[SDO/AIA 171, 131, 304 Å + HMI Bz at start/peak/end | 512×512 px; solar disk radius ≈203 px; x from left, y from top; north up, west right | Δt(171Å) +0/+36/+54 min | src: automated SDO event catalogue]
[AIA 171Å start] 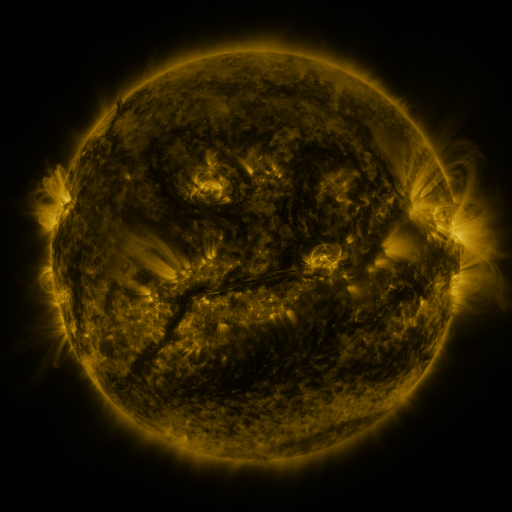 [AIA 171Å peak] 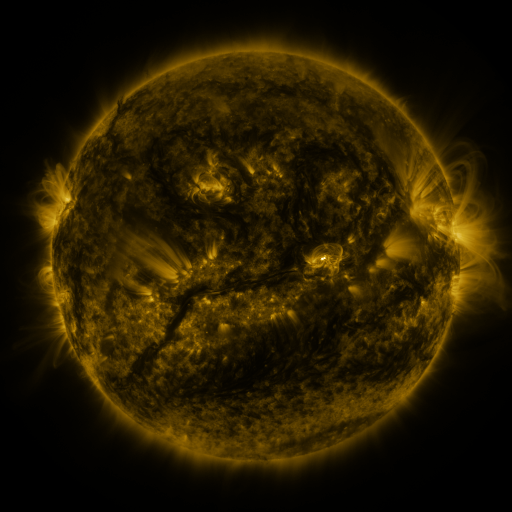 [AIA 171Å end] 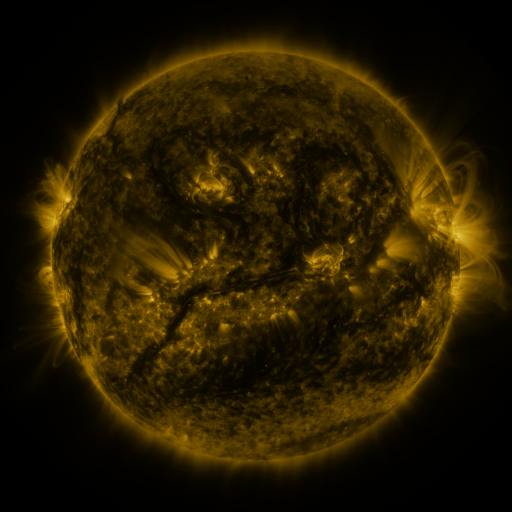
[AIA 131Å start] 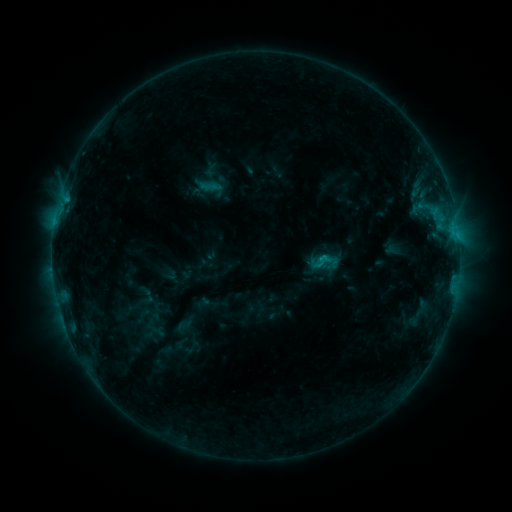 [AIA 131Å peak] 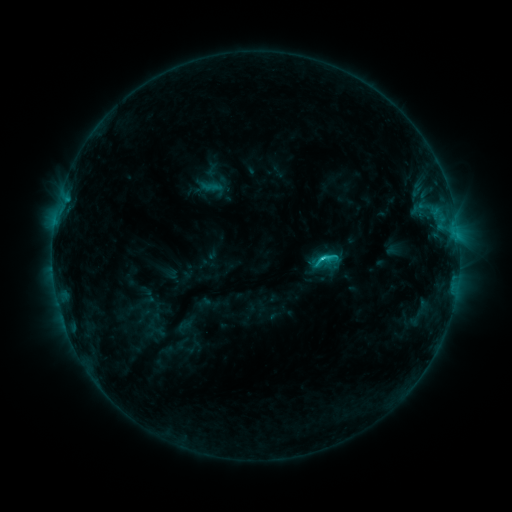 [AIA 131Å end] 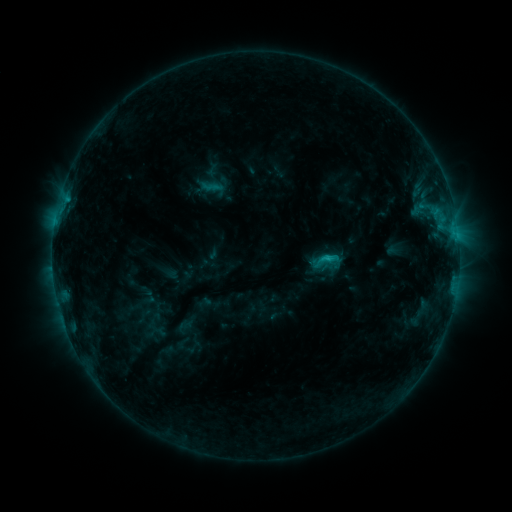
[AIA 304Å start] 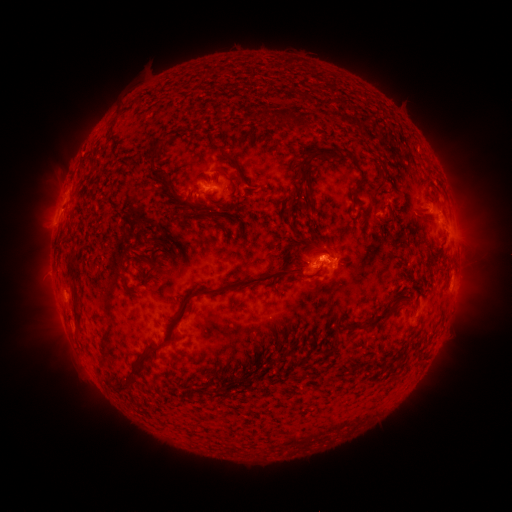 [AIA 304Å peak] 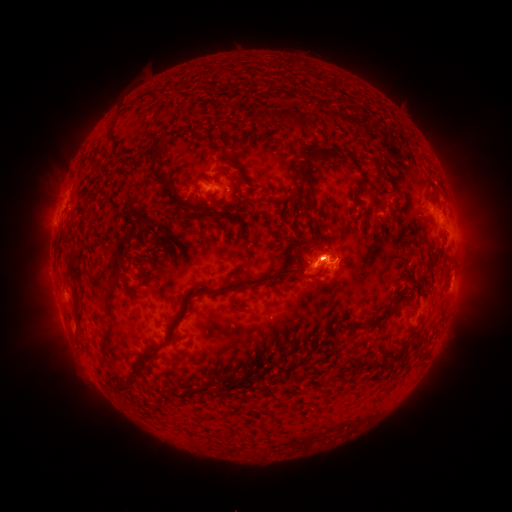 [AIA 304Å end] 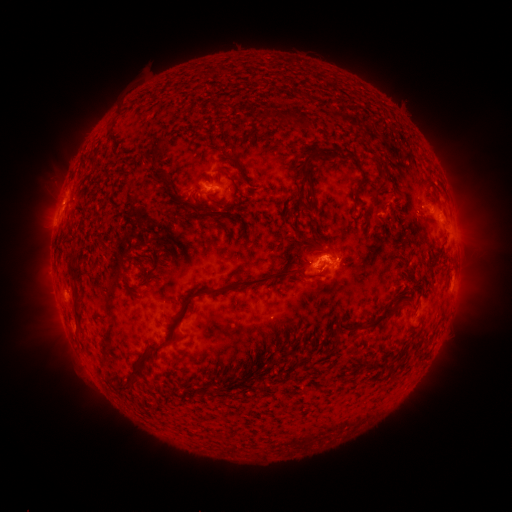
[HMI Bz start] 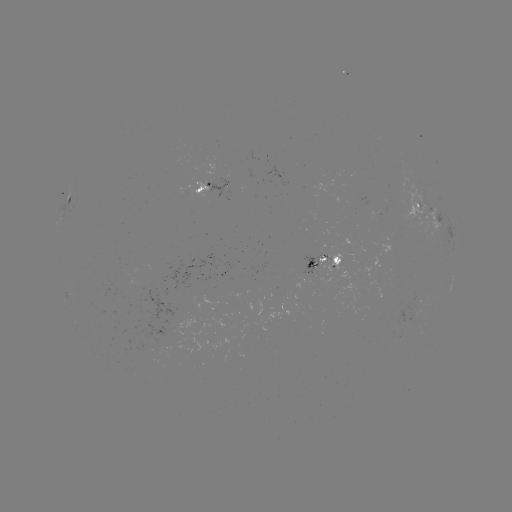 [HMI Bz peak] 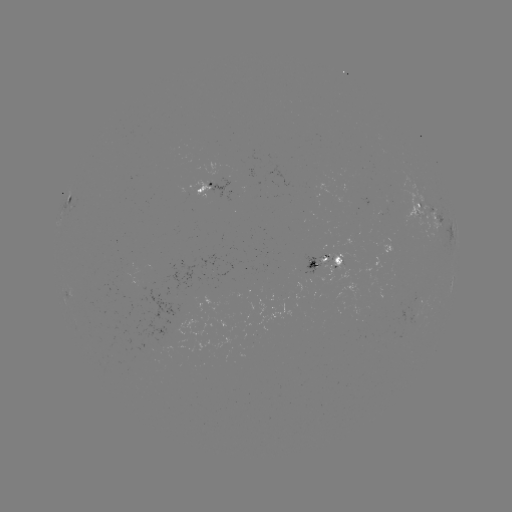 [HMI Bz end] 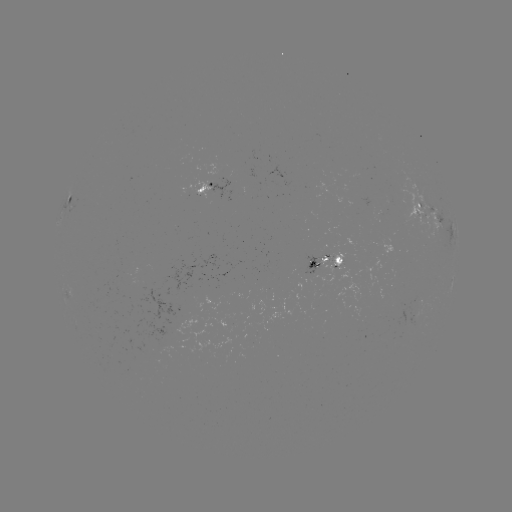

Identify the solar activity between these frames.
C1.7 flare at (328, 255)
